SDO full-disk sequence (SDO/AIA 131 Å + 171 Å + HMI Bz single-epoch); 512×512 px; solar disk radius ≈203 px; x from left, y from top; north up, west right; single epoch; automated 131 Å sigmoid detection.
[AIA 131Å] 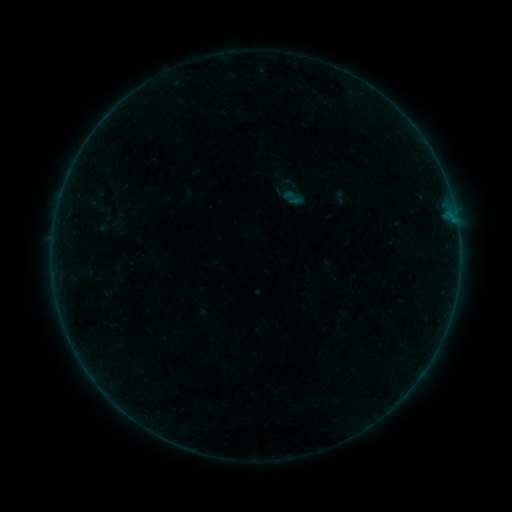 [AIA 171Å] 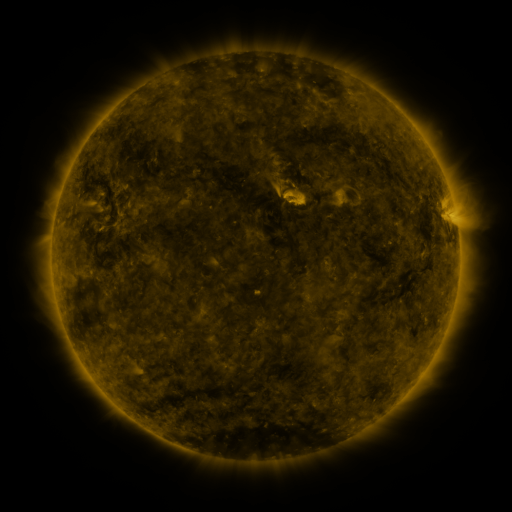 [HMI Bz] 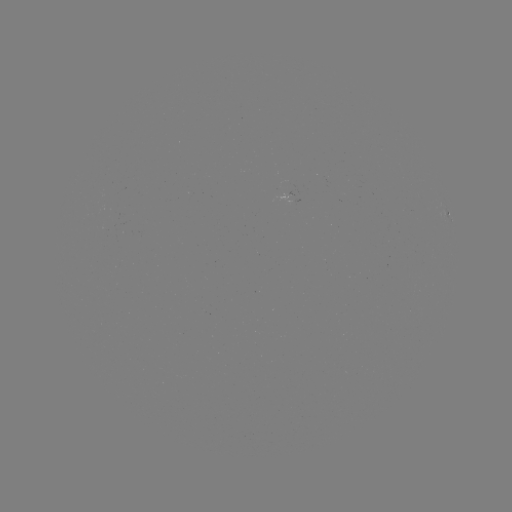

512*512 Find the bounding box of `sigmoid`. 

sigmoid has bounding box [279, 173, 299, 192].